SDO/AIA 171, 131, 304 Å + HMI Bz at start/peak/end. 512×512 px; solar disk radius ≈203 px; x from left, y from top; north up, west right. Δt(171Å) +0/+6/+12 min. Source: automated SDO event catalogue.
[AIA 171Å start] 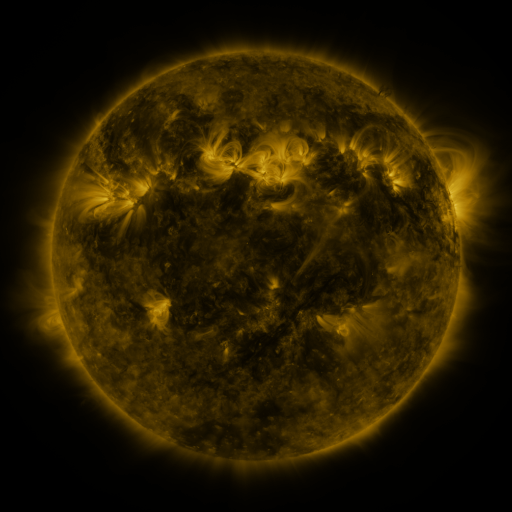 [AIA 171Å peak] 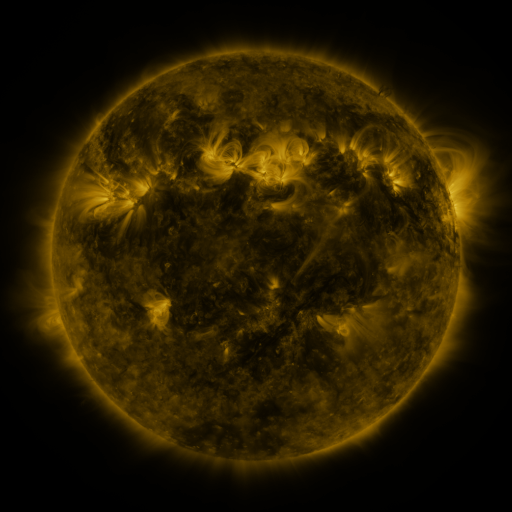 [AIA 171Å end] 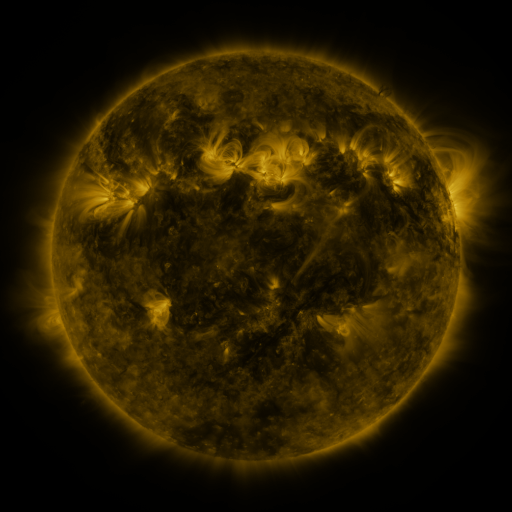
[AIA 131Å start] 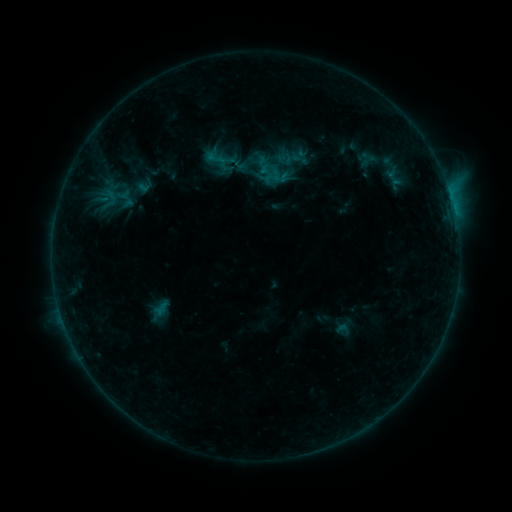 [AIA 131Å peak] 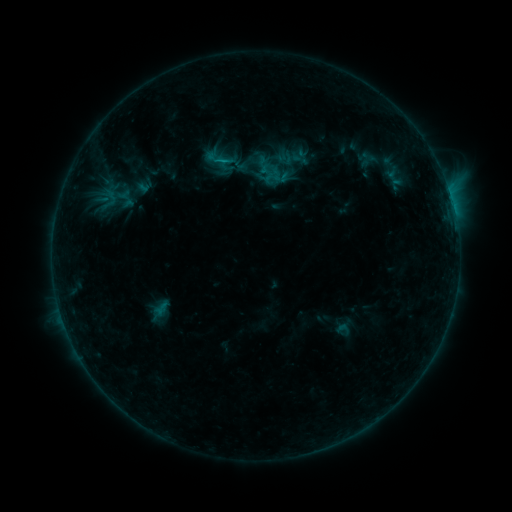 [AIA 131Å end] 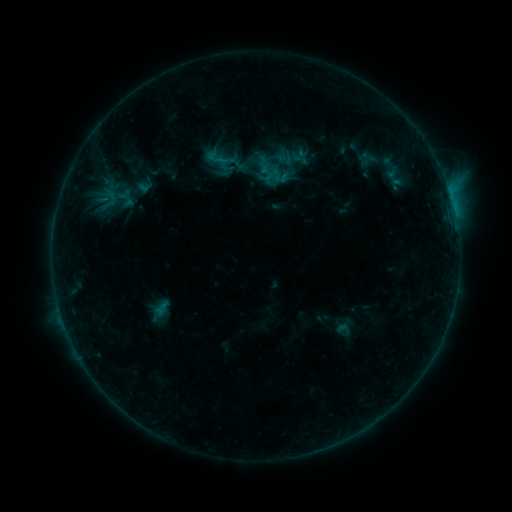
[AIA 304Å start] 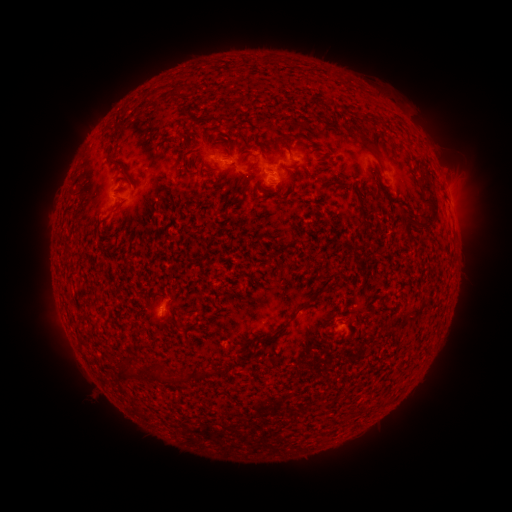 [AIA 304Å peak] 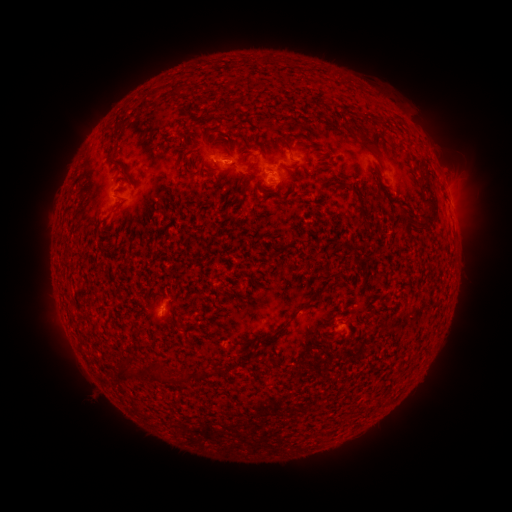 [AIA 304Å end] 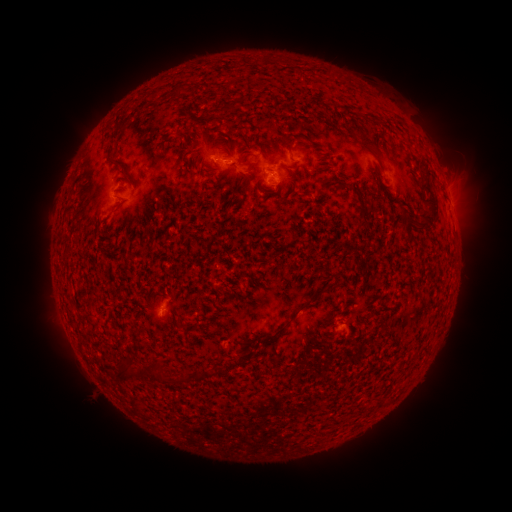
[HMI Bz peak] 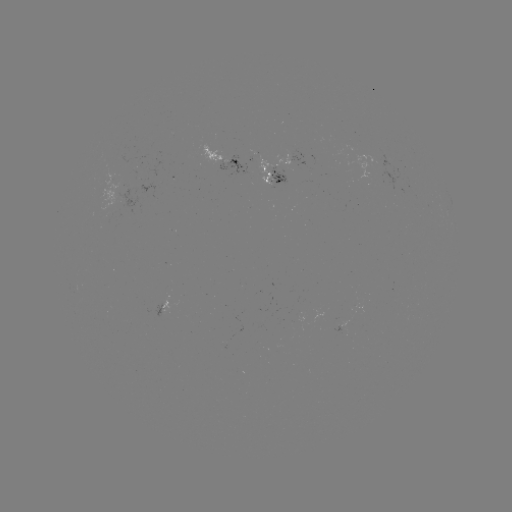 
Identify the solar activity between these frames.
B4.4 flare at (222, 163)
